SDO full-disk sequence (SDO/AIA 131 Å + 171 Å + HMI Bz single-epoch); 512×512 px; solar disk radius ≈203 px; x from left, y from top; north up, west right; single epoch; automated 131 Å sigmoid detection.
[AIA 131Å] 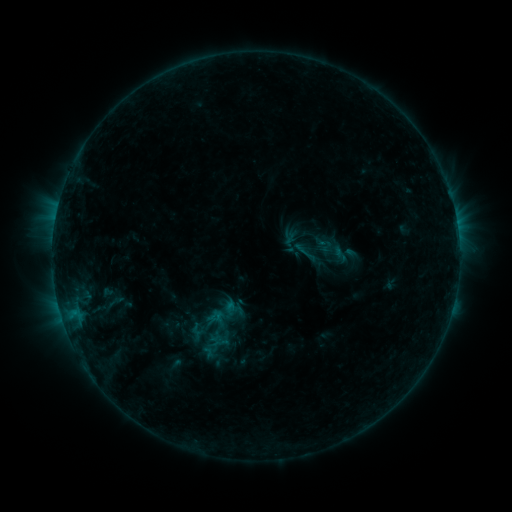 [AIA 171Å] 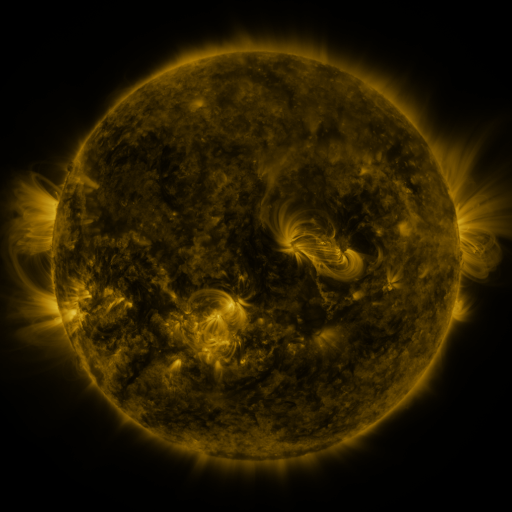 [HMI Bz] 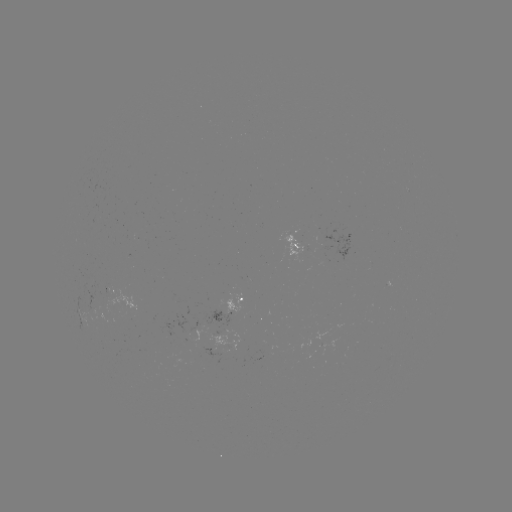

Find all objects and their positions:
sigmoid: (298, 244)
sigmoid: (114, 303)
